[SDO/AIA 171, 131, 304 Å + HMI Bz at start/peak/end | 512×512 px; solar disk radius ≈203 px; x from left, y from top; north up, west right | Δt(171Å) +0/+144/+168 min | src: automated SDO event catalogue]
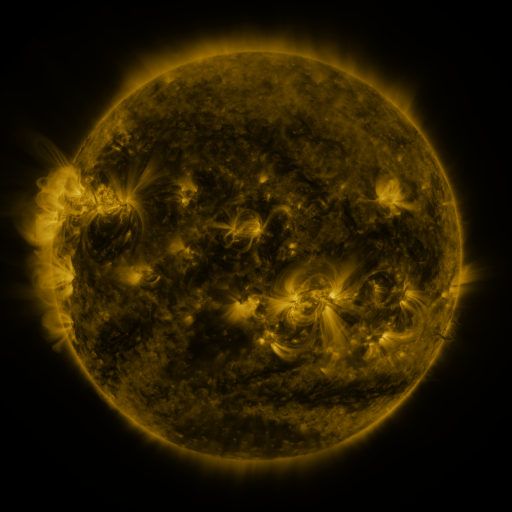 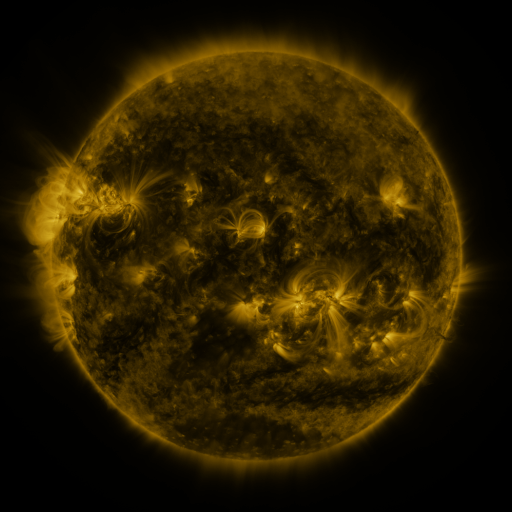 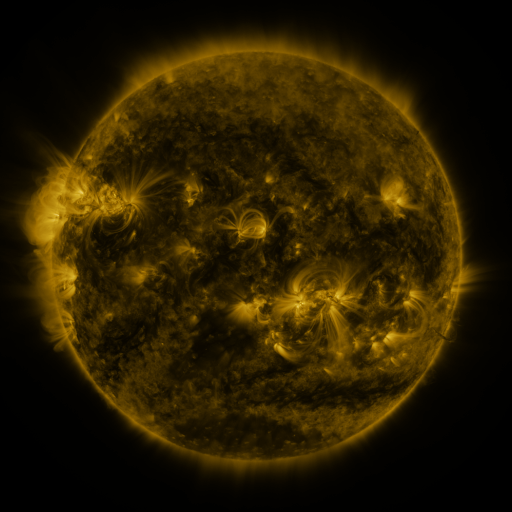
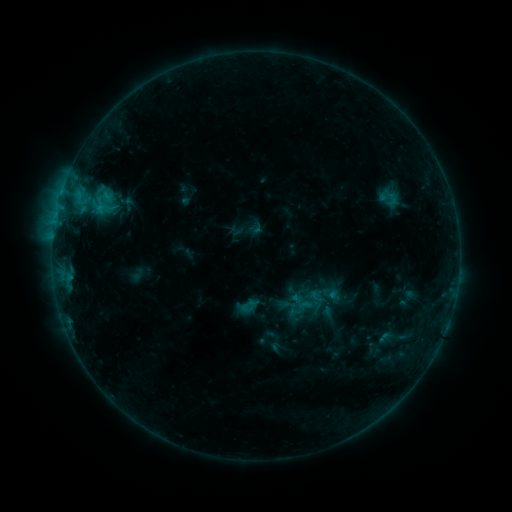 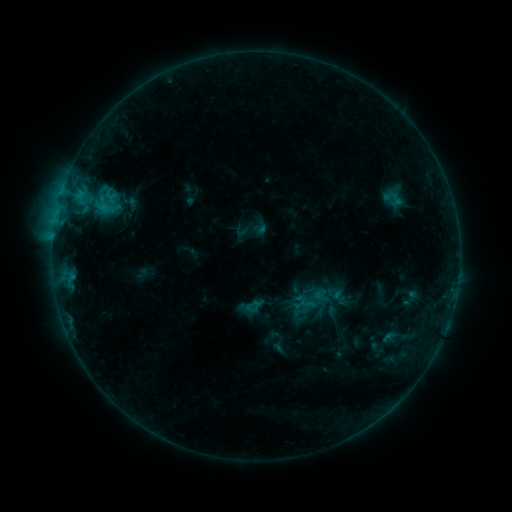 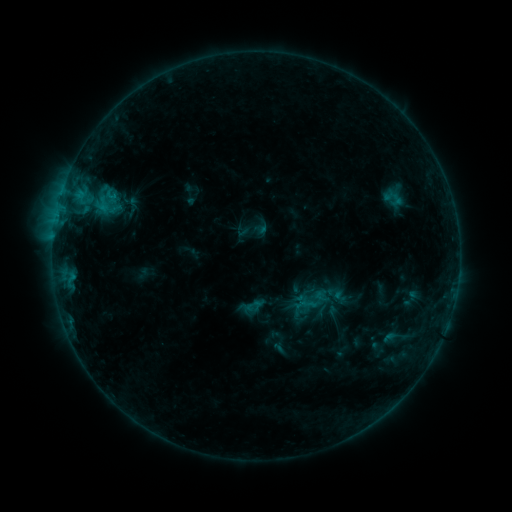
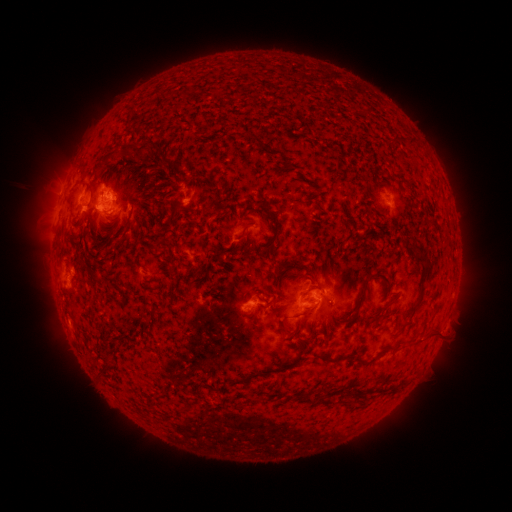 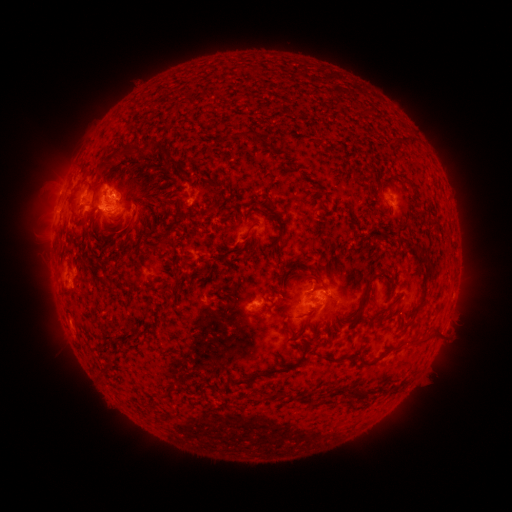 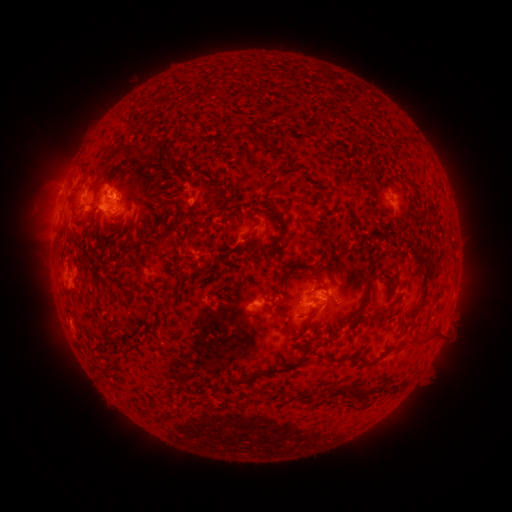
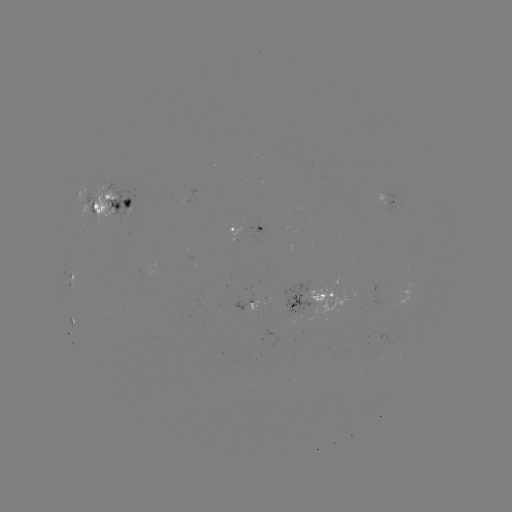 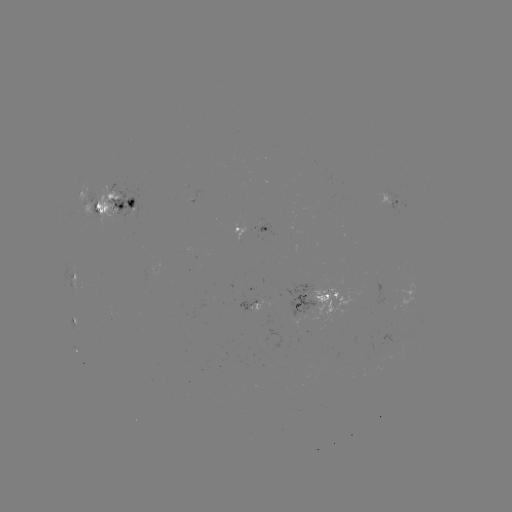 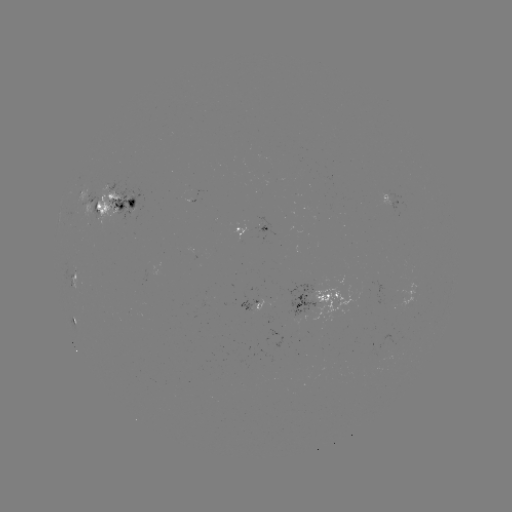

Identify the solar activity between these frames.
emerging-flux region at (310, 292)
